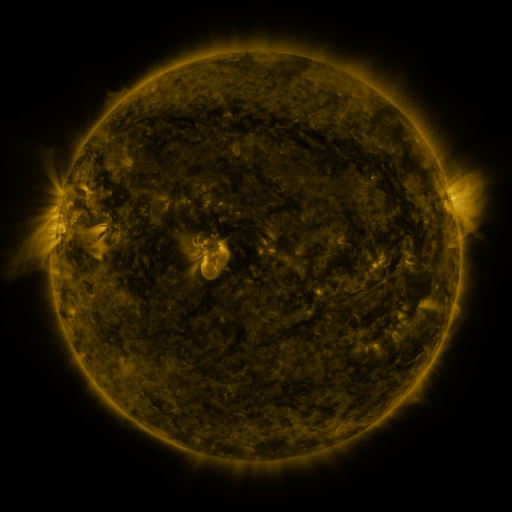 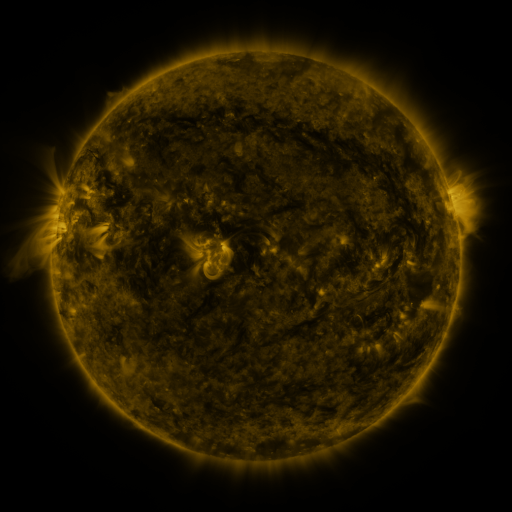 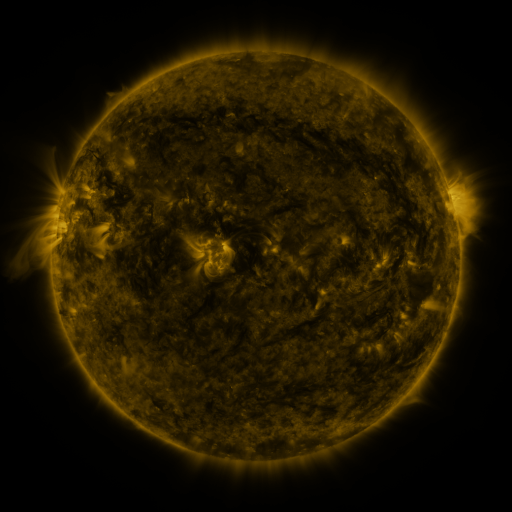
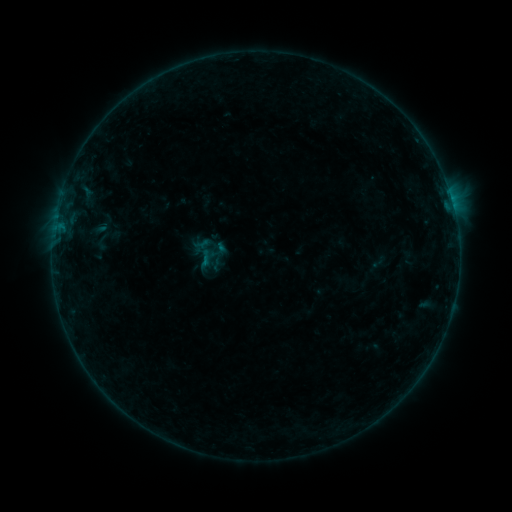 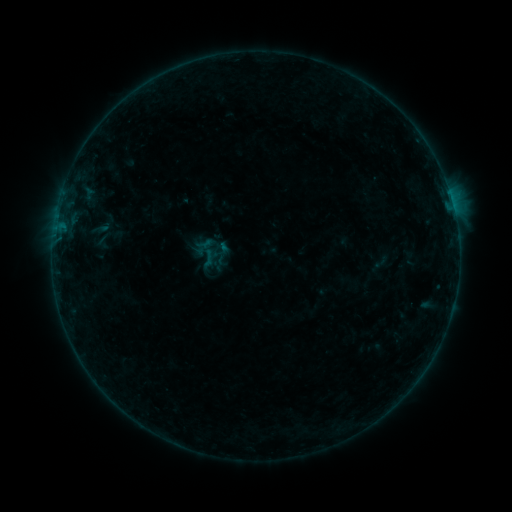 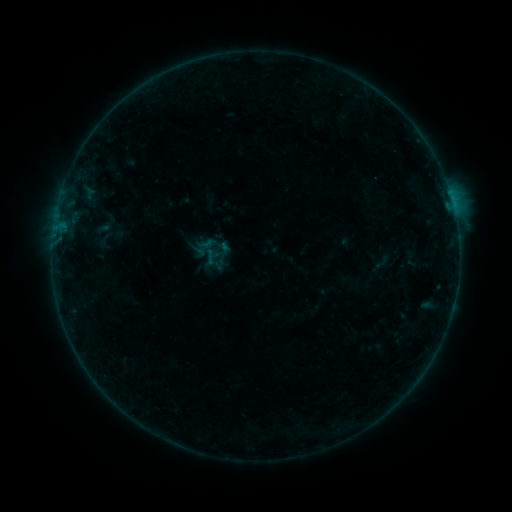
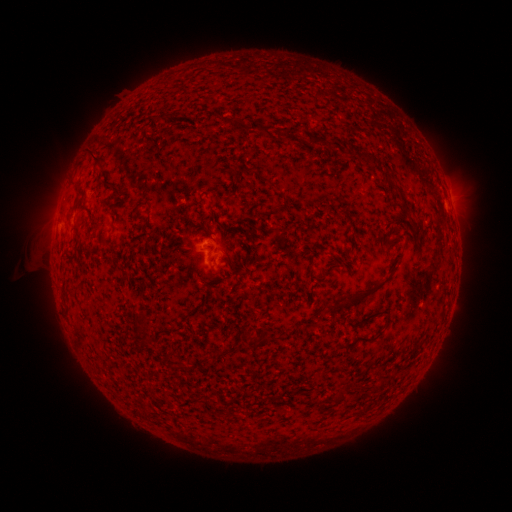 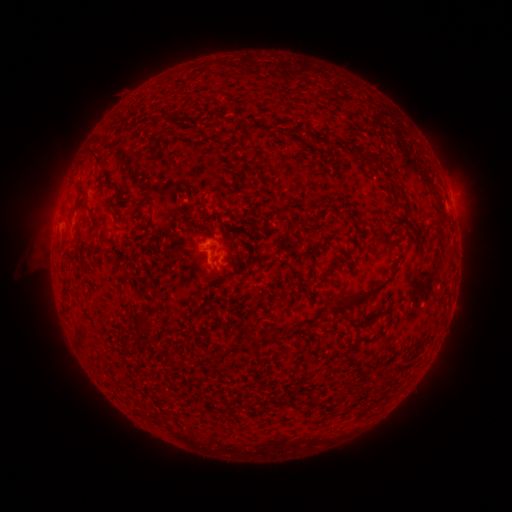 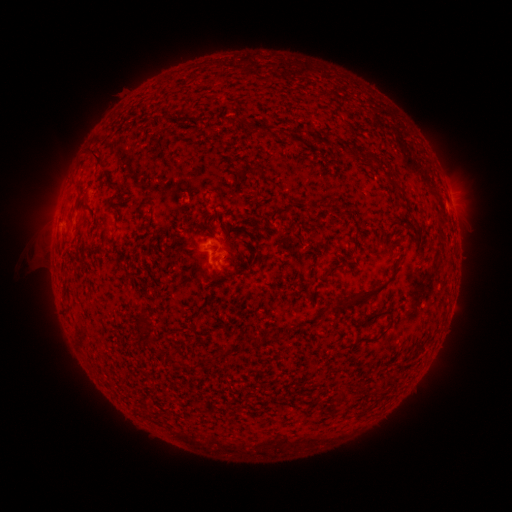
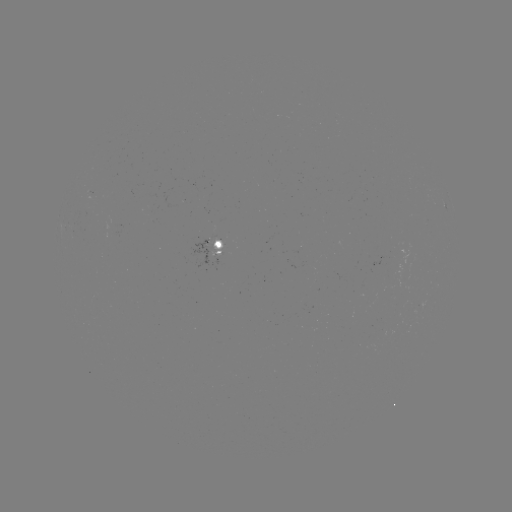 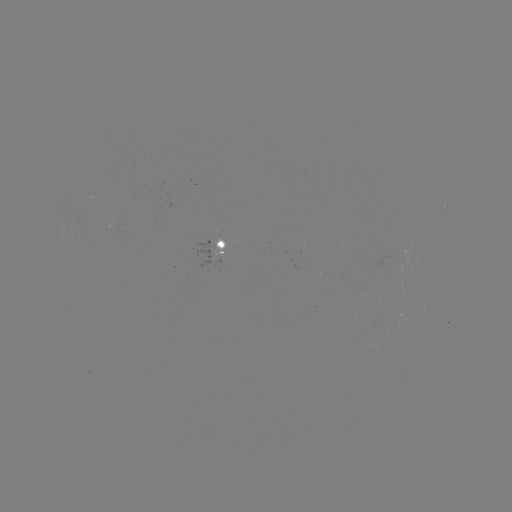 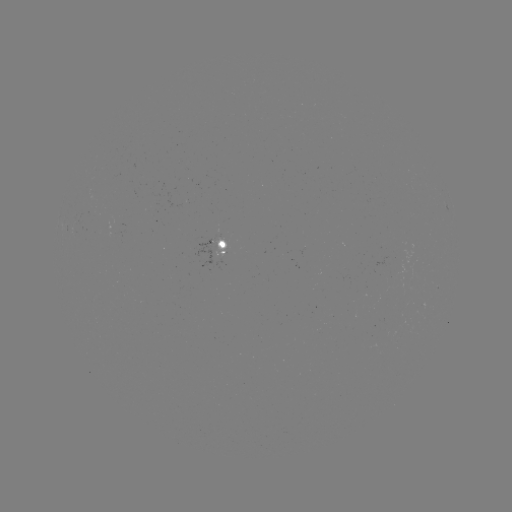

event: emerging-flux region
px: (222, 250)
